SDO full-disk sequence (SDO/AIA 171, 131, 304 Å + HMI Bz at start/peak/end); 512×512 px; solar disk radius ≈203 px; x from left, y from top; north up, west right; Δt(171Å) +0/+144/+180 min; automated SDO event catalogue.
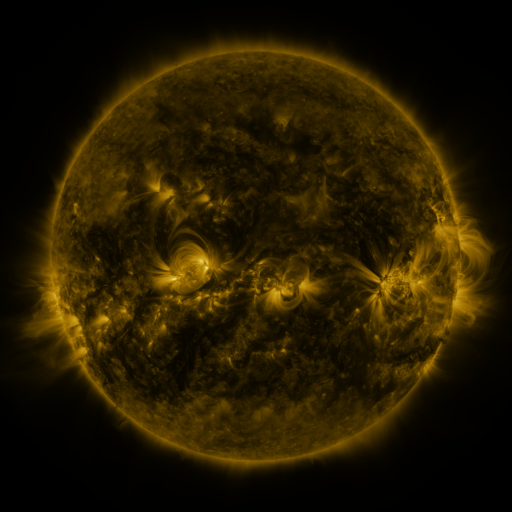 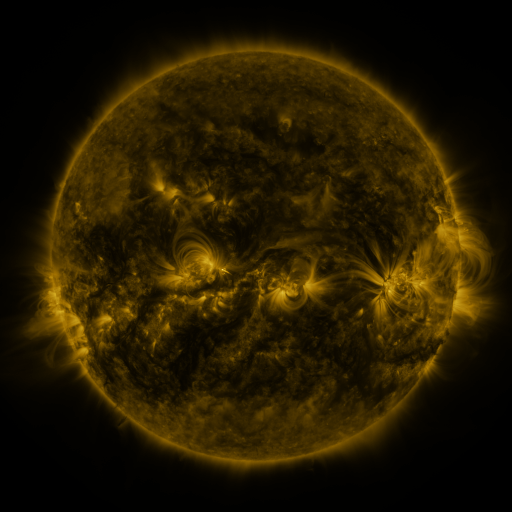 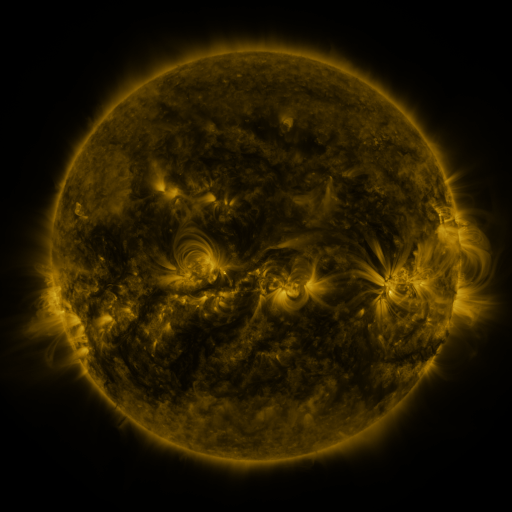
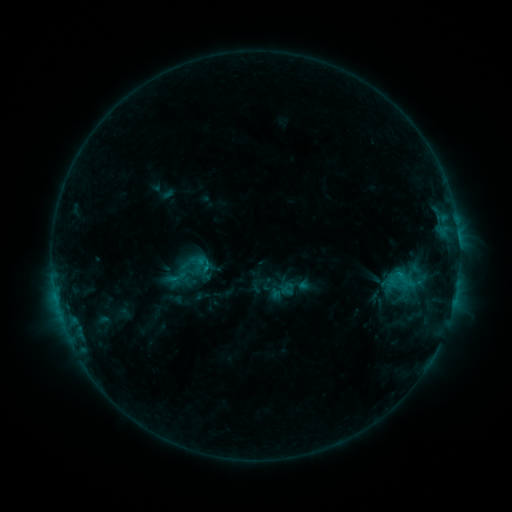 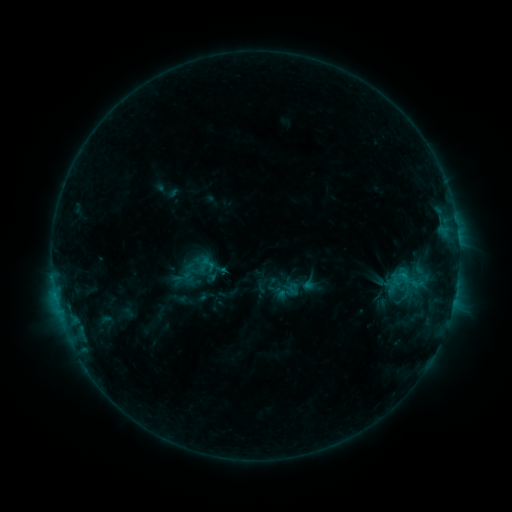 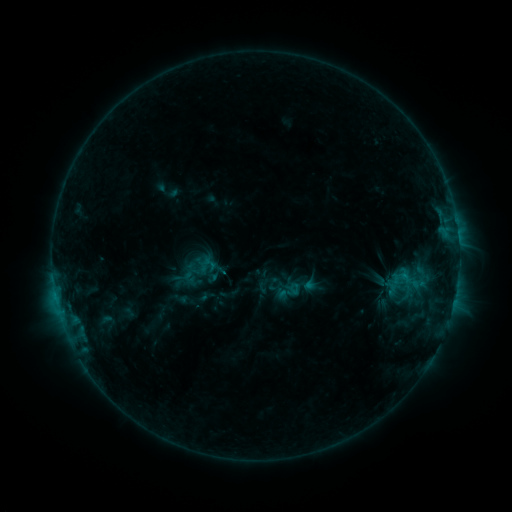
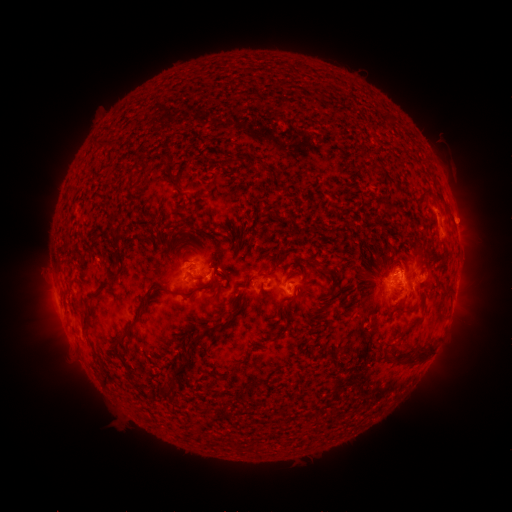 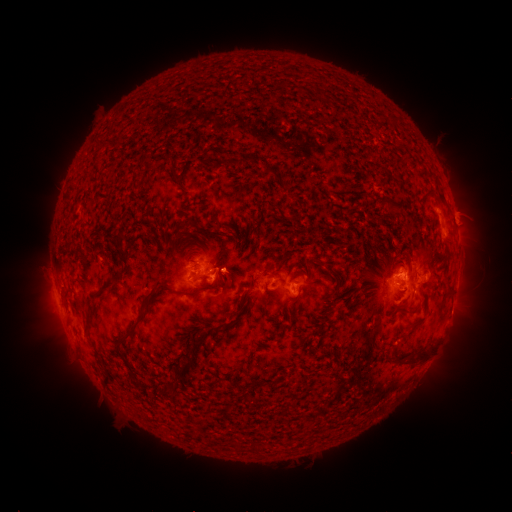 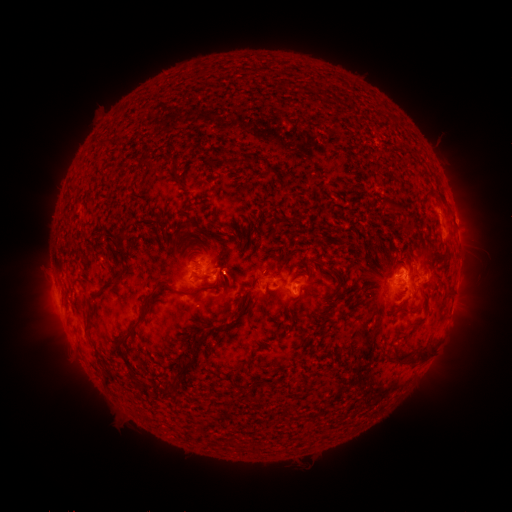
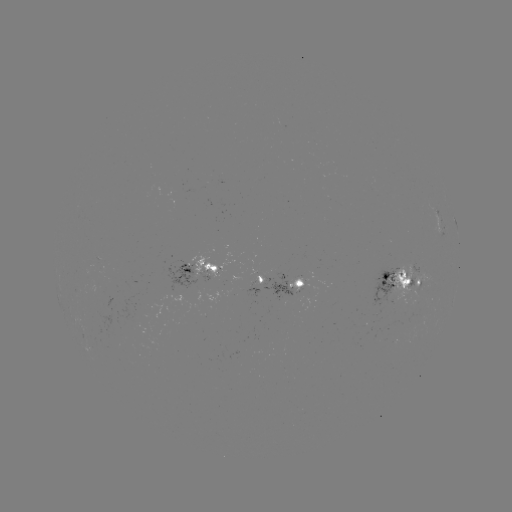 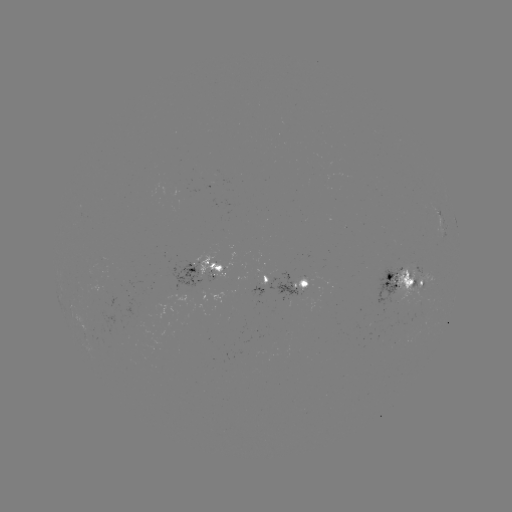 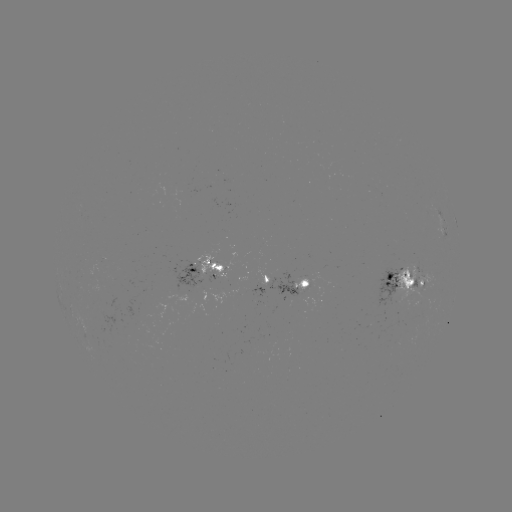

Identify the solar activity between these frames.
emerging-flux region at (301, 289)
